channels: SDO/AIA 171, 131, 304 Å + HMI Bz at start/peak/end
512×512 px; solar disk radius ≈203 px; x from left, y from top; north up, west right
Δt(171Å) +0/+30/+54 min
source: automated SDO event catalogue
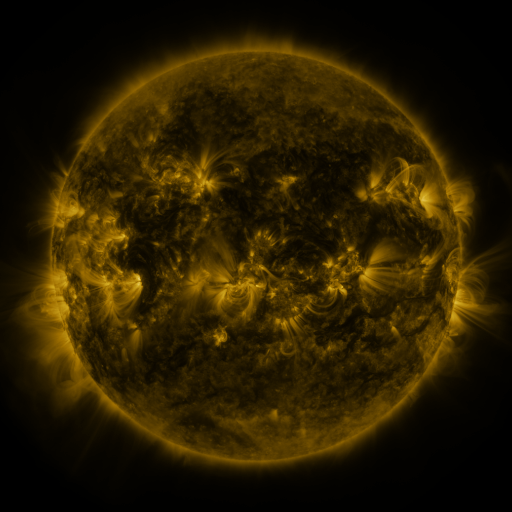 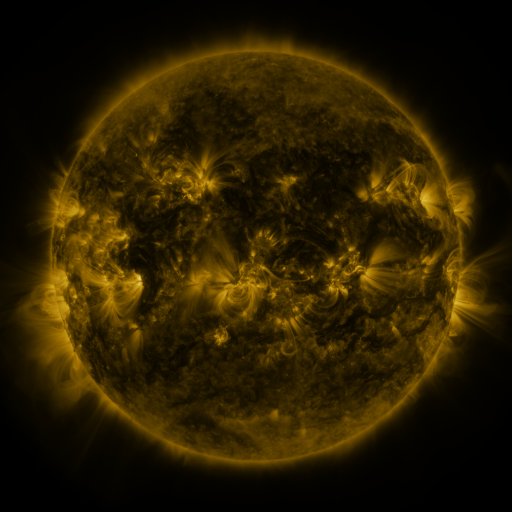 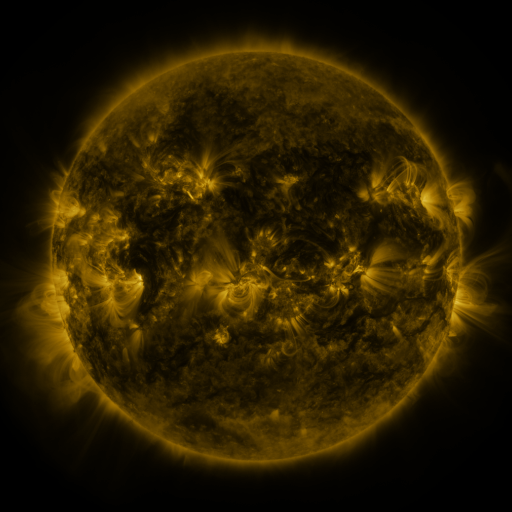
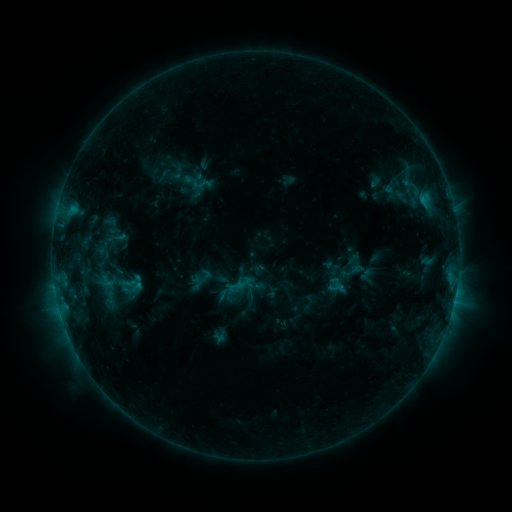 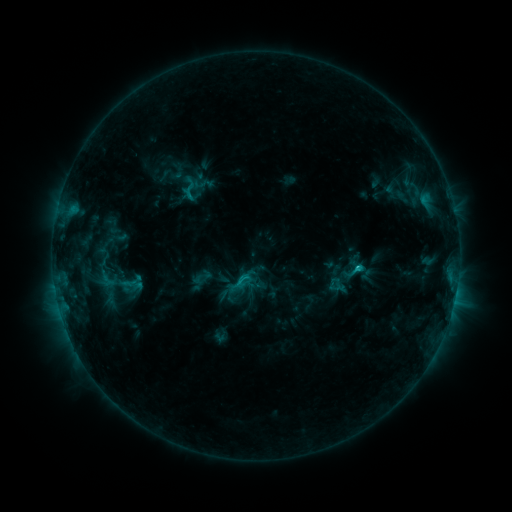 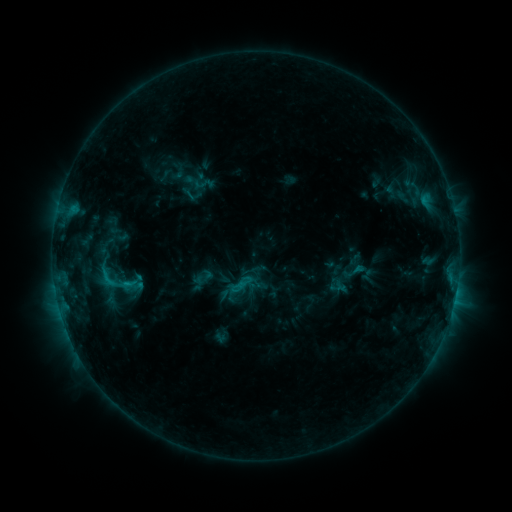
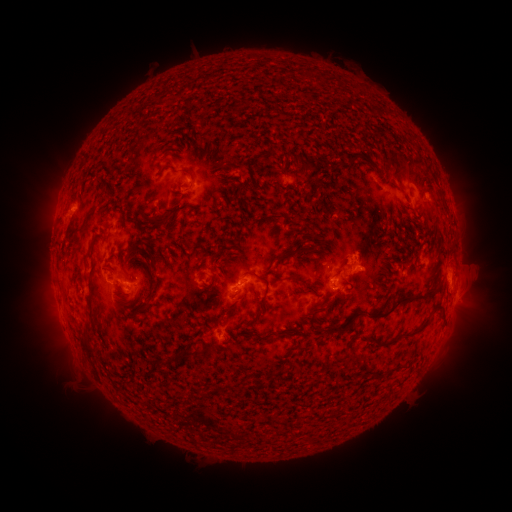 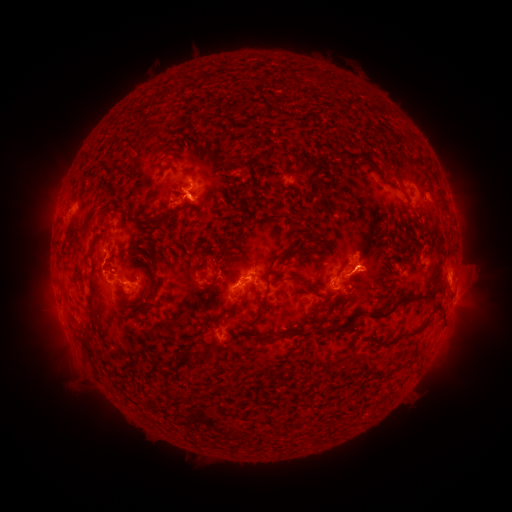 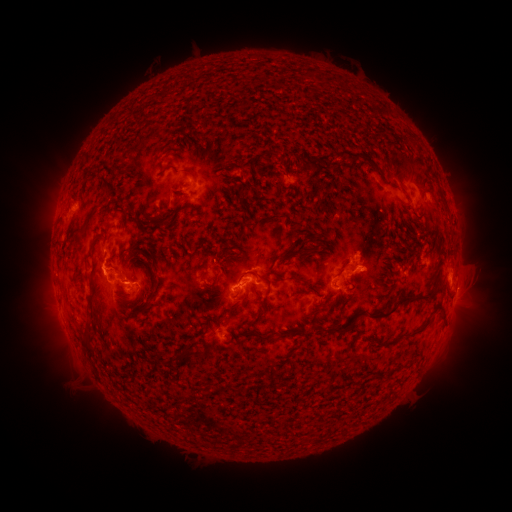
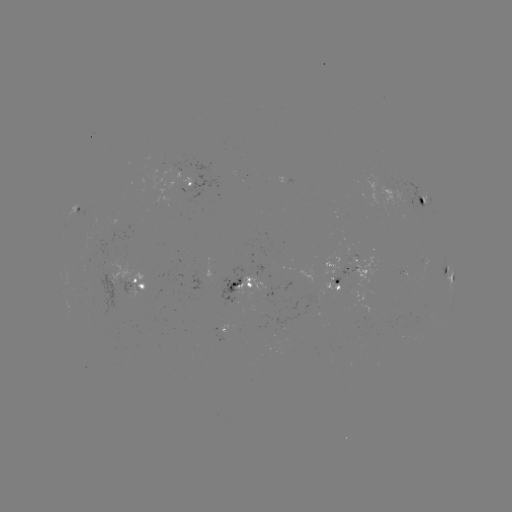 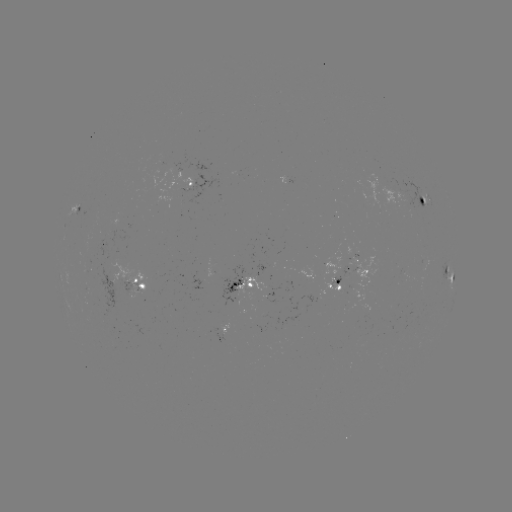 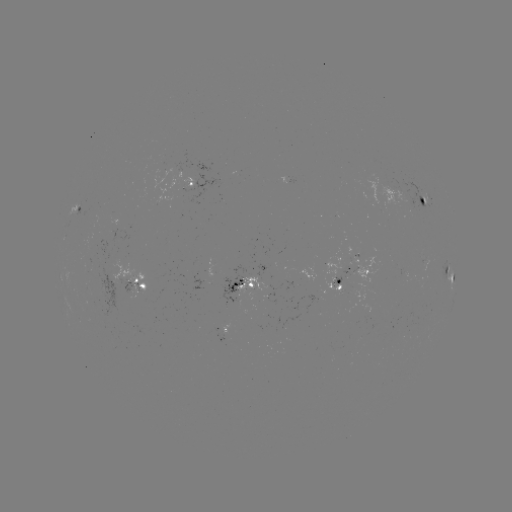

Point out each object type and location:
C1.9 flare: (356, 266)
